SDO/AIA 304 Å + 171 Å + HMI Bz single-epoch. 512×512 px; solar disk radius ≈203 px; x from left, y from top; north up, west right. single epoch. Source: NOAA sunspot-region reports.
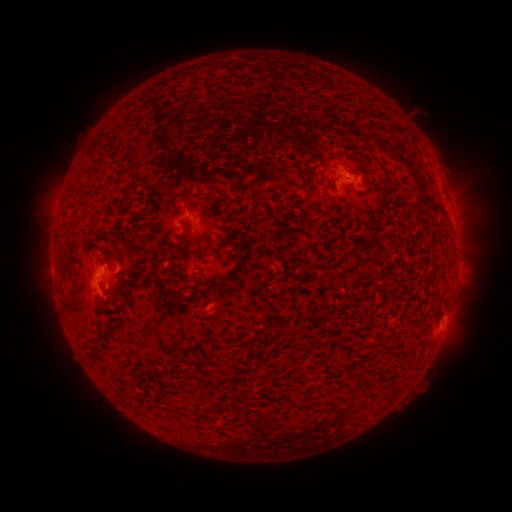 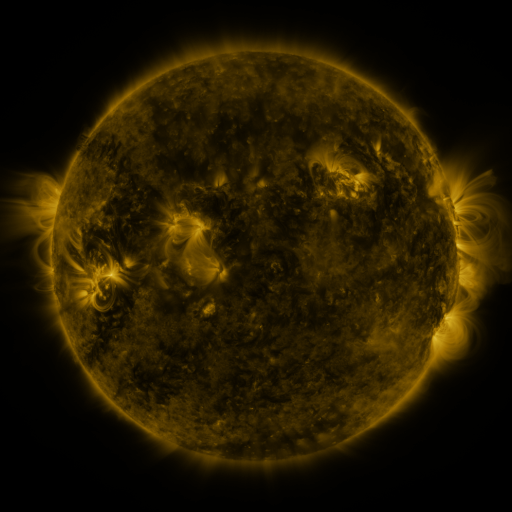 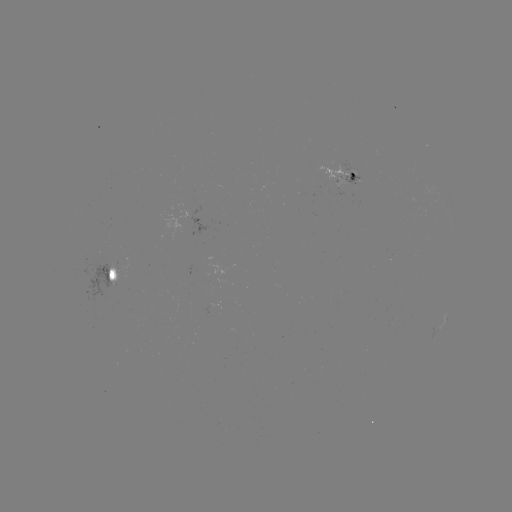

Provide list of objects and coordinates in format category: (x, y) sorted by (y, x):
spotted active region: (343, 179)
spotted active region: (455, 217)
spotted active region: (458, 273)
spotted active region: (118, 274)
spotted active region: (443, 323)
